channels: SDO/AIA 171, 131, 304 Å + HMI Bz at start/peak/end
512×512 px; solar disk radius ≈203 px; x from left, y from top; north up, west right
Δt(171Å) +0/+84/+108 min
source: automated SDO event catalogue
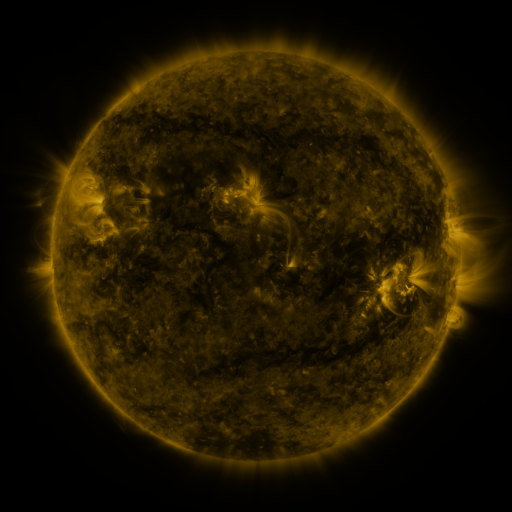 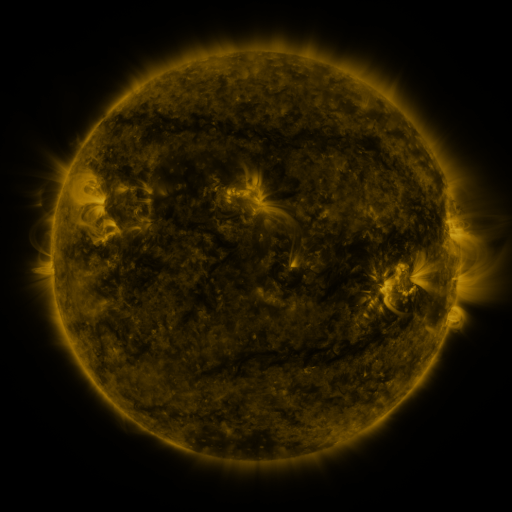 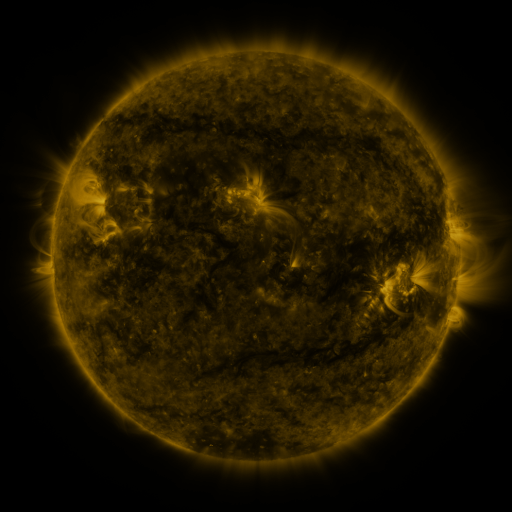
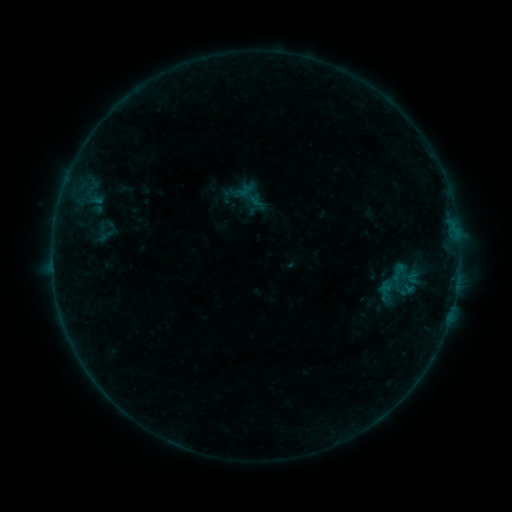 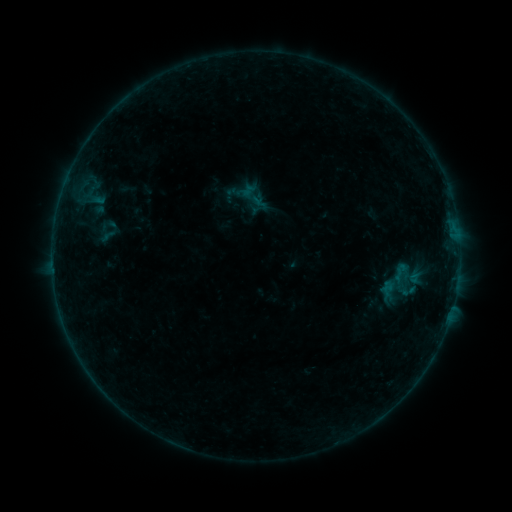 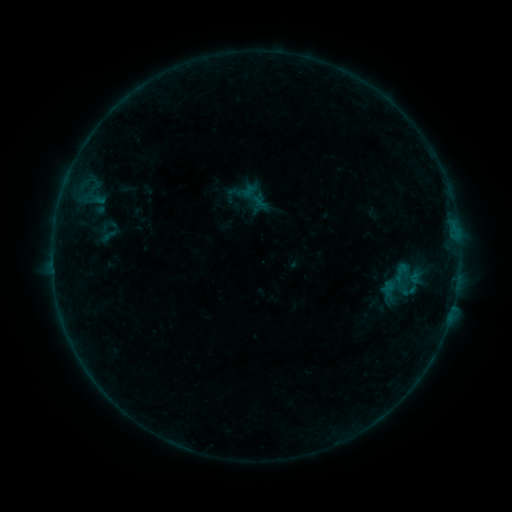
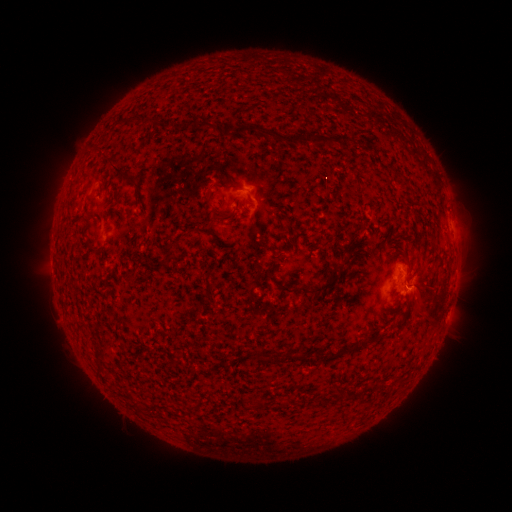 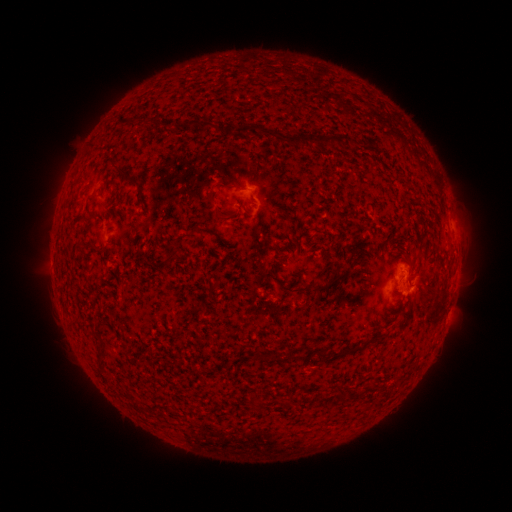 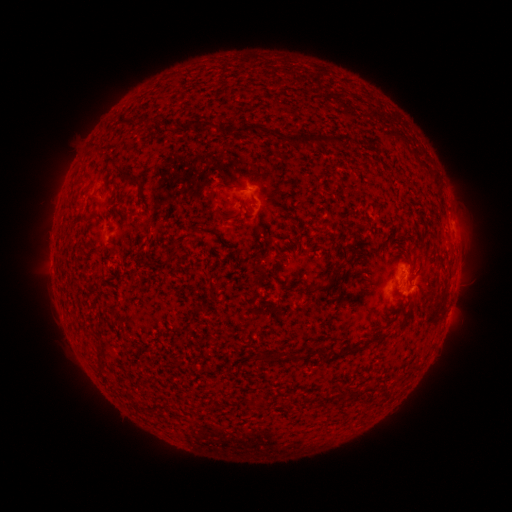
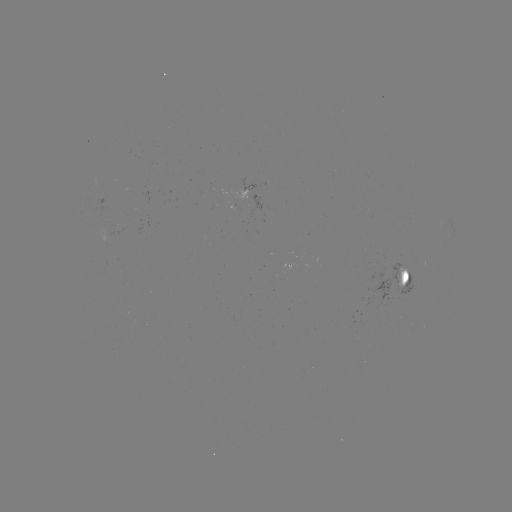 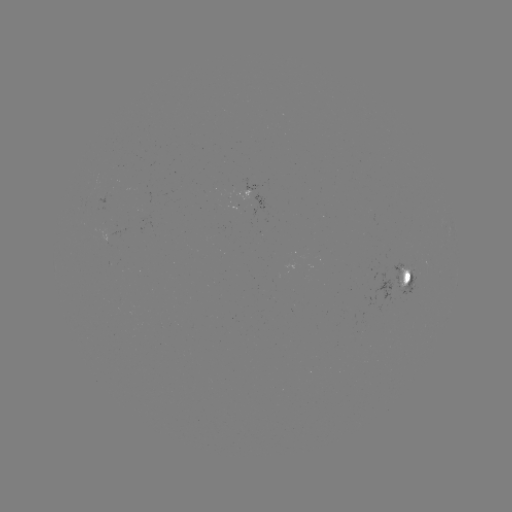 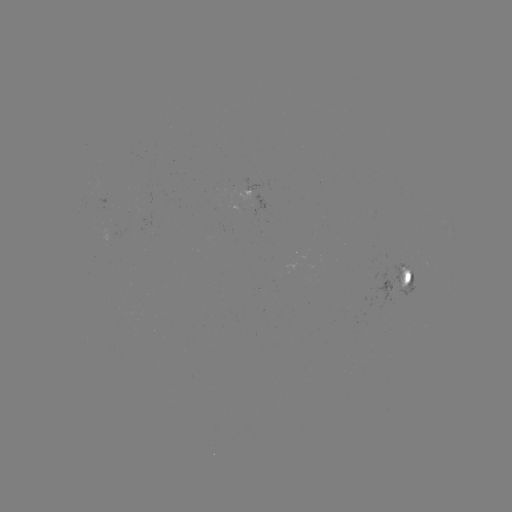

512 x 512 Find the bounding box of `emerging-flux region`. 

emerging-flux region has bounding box [231, 205, 242, 211].